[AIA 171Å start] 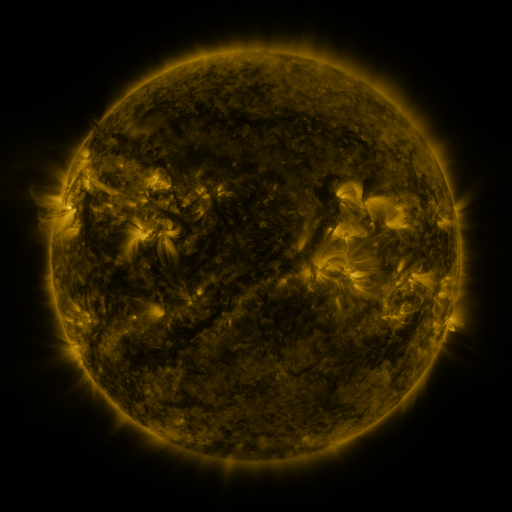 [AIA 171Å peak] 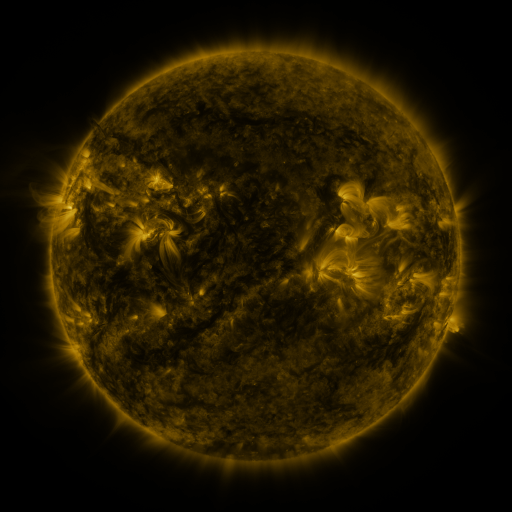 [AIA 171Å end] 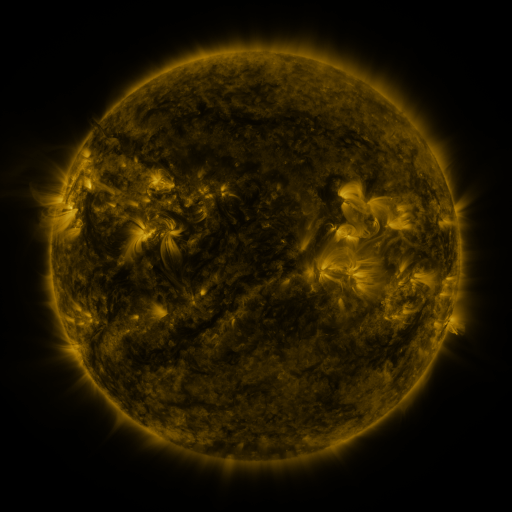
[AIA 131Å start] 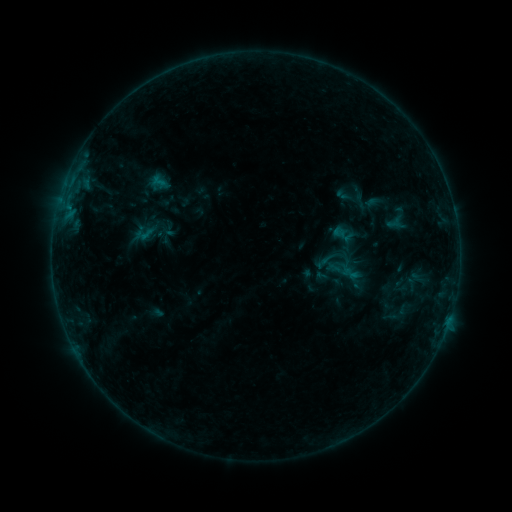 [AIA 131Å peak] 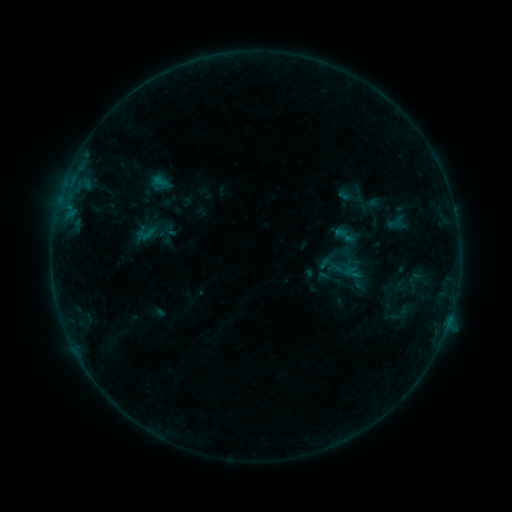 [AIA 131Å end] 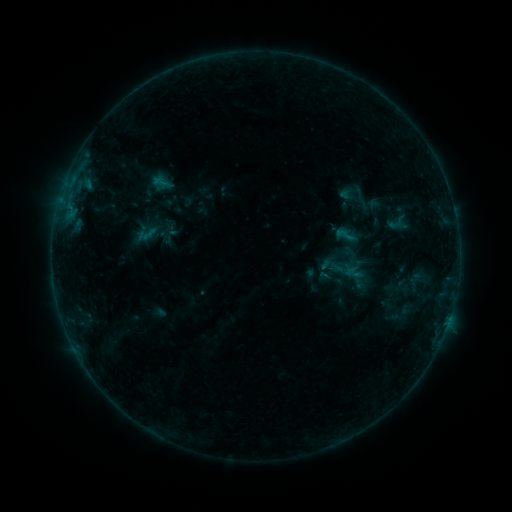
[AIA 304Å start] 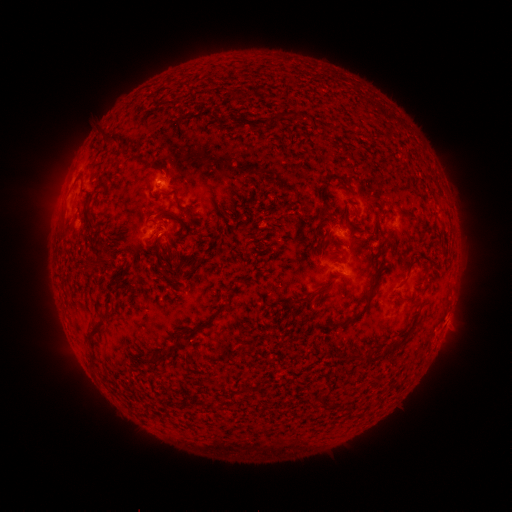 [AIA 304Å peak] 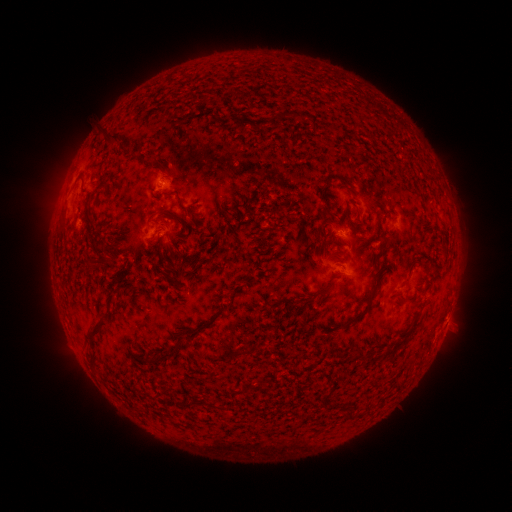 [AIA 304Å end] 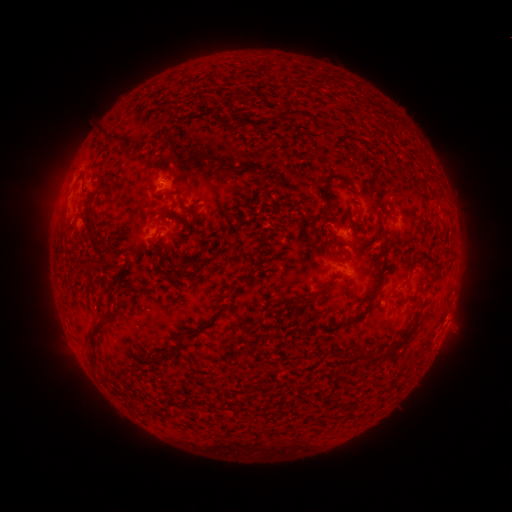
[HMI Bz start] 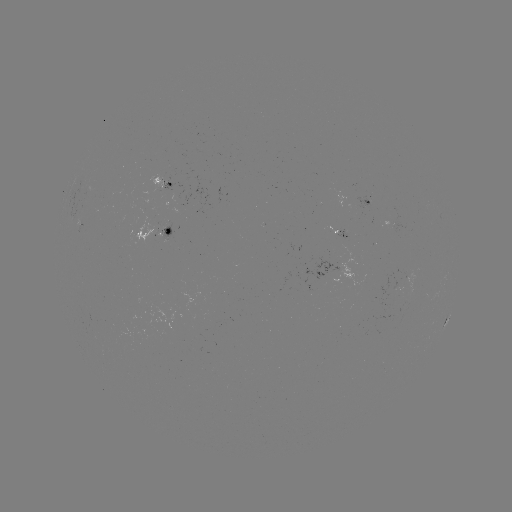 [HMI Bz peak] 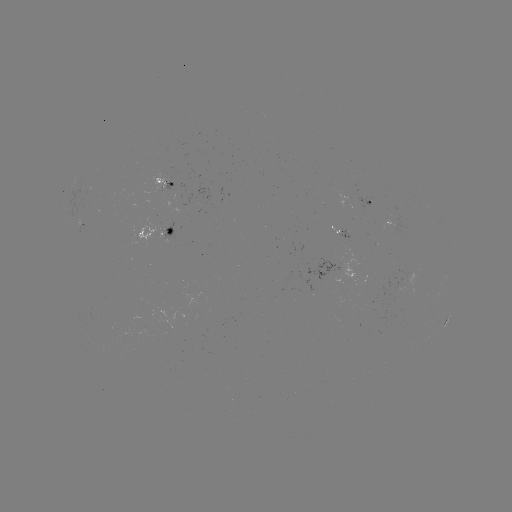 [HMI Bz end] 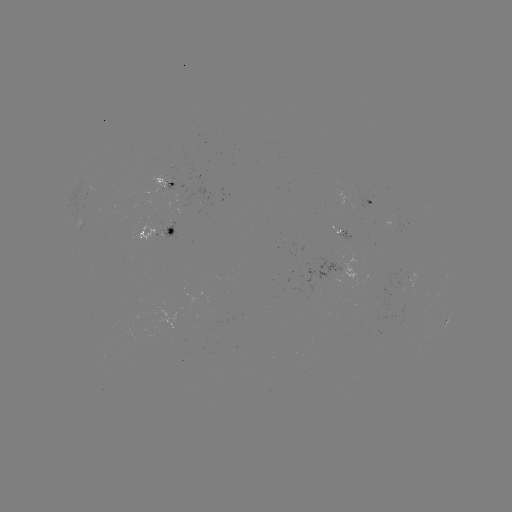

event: emerging-flux region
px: (169, 185)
